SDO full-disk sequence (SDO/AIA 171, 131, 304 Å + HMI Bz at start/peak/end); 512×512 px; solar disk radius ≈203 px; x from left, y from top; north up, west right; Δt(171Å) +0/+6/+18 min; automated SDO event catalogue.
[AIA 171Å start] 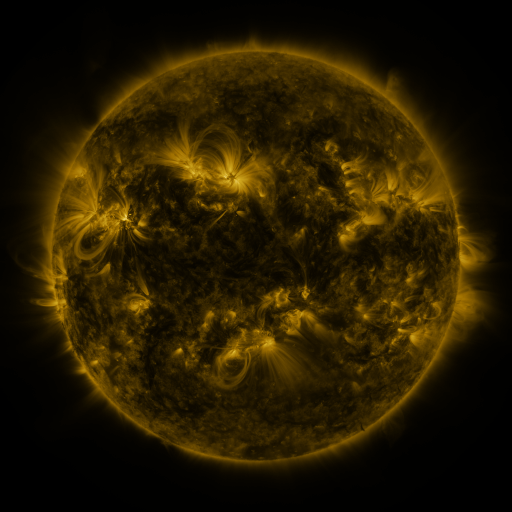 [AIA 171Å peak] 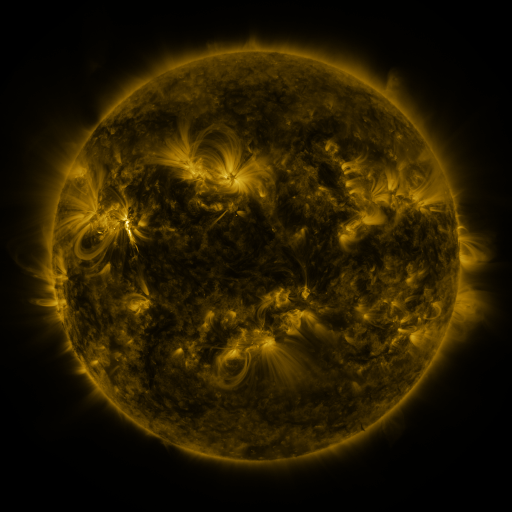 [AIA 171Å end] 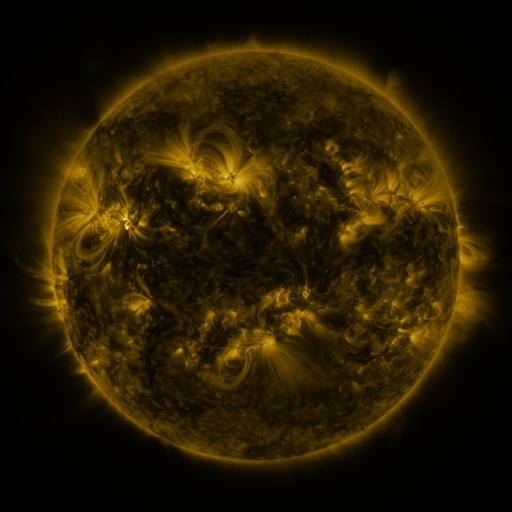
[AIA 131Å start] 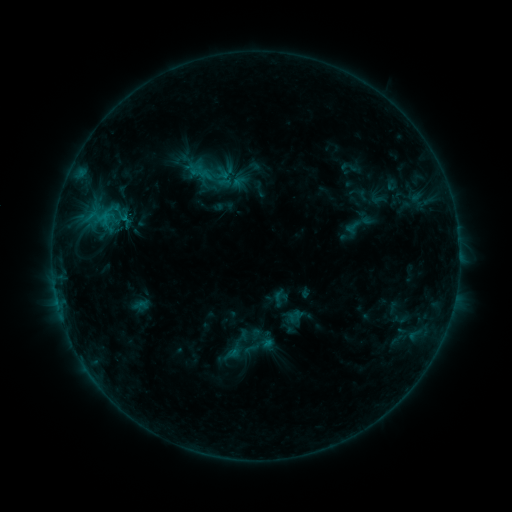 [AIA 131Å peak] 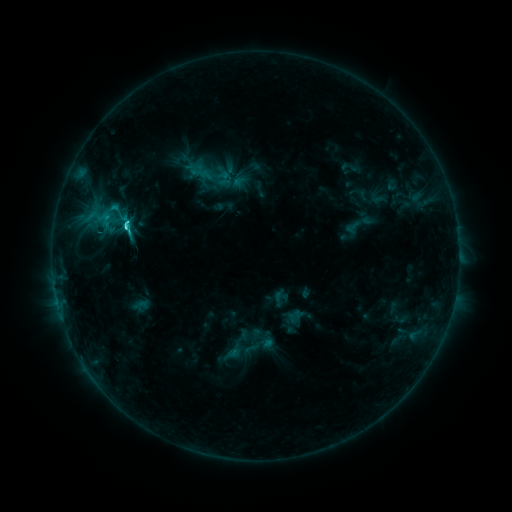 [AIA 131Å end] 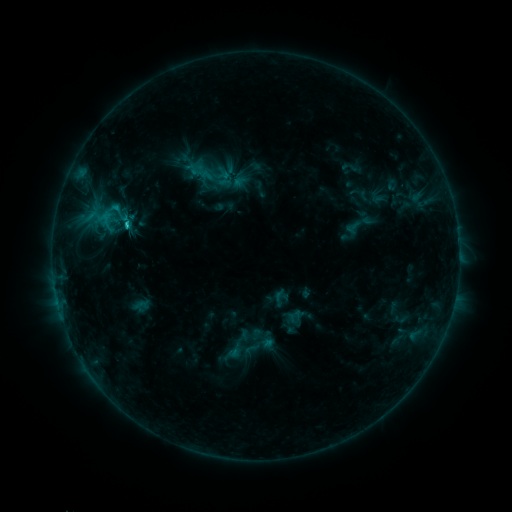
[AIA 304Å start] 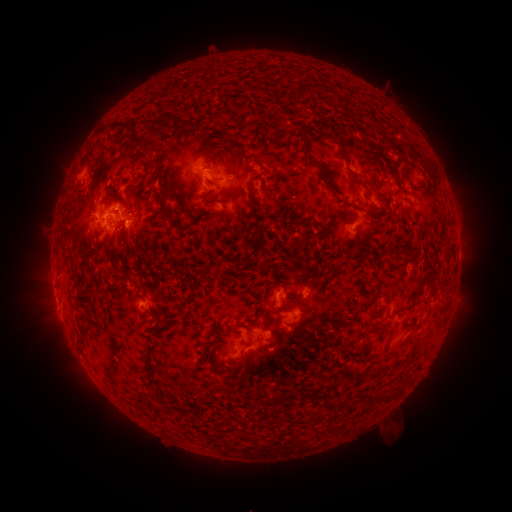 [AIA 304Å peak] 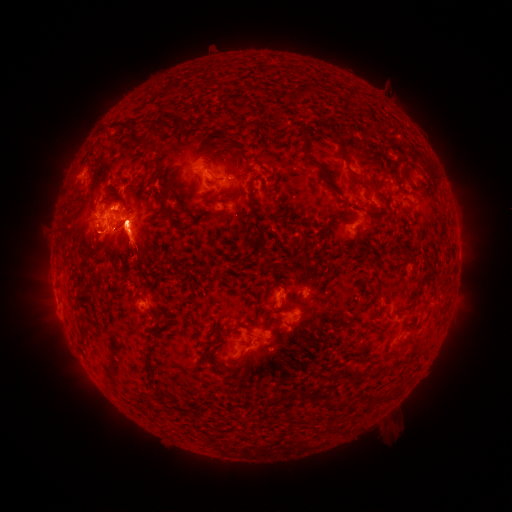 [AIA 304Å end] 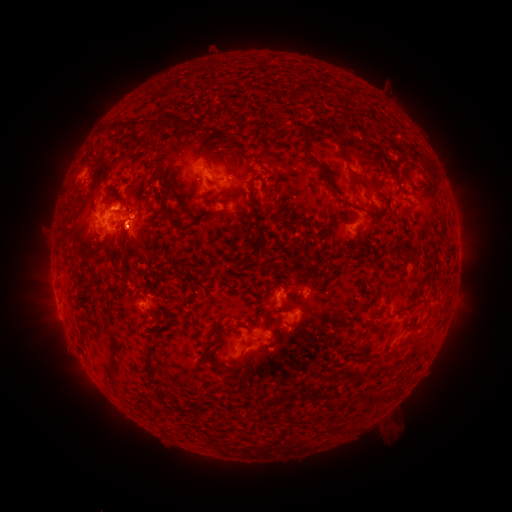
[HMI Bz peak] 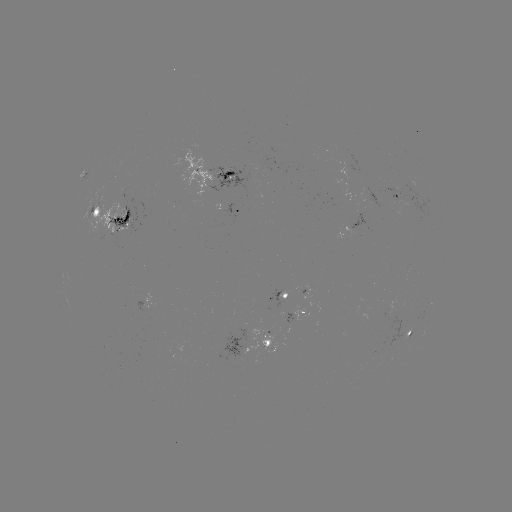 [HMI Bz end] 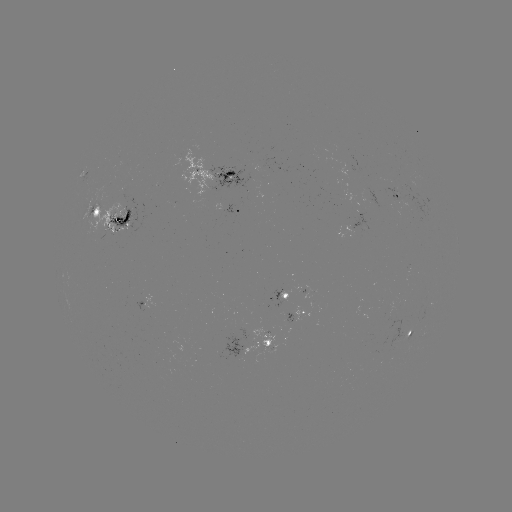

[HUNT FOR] eruption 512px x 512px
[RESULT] [130, 240]